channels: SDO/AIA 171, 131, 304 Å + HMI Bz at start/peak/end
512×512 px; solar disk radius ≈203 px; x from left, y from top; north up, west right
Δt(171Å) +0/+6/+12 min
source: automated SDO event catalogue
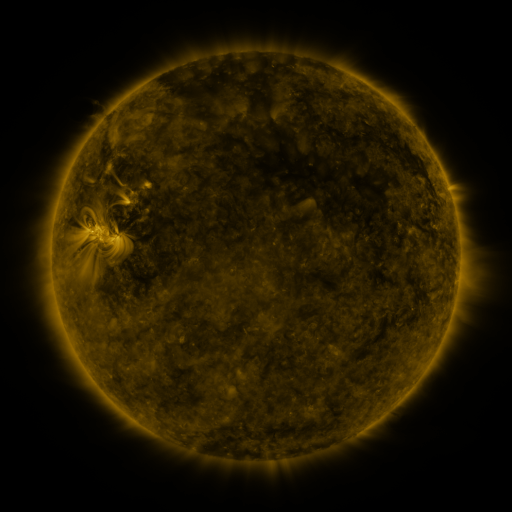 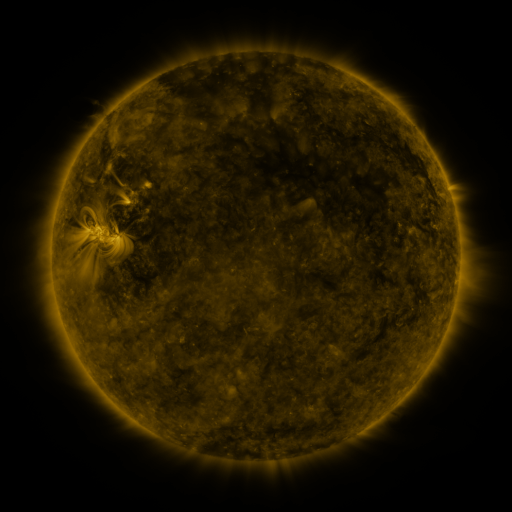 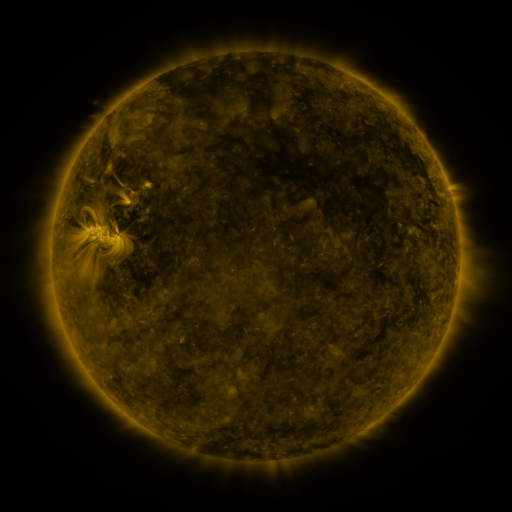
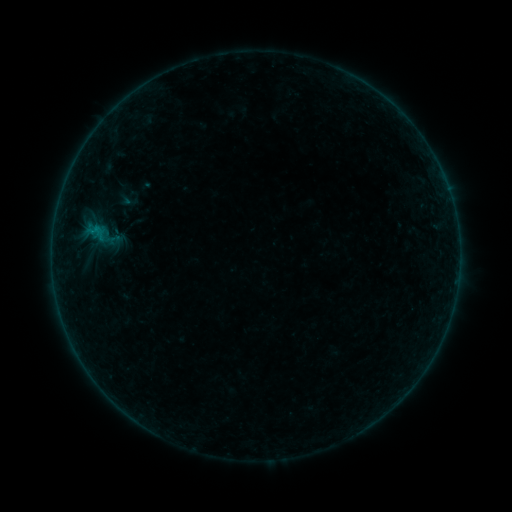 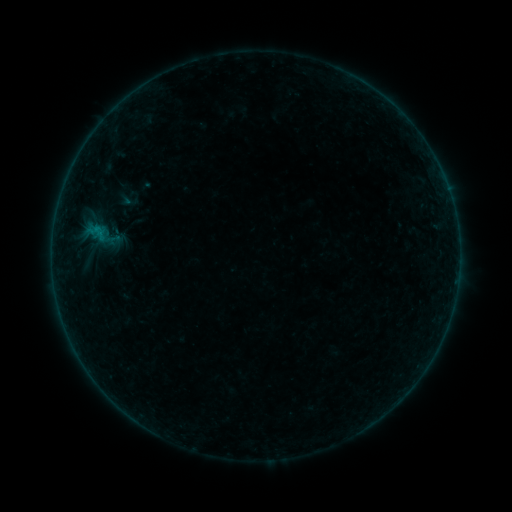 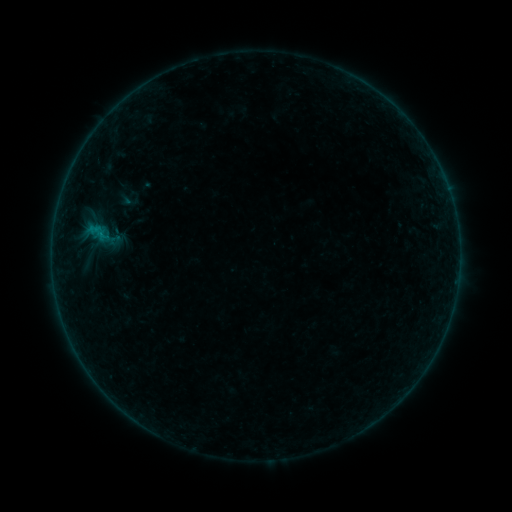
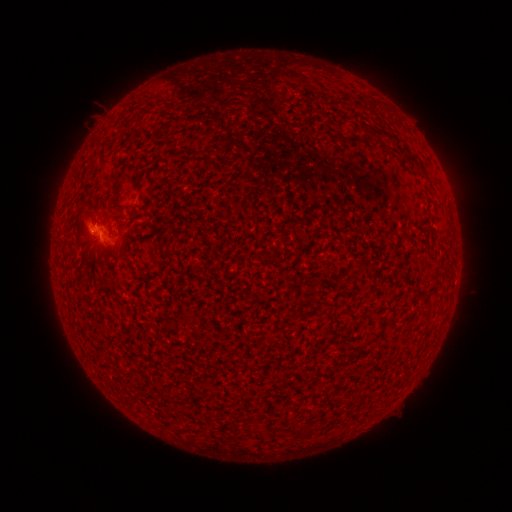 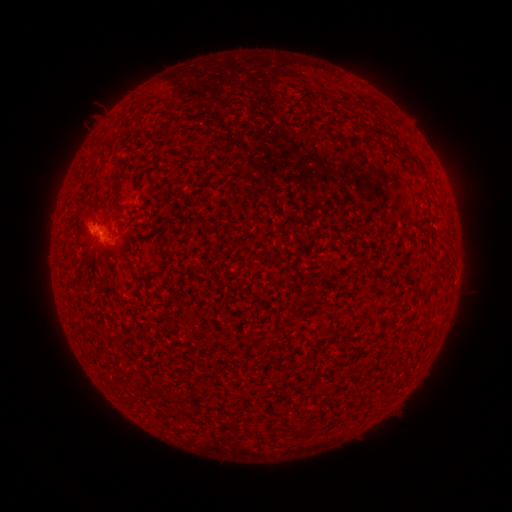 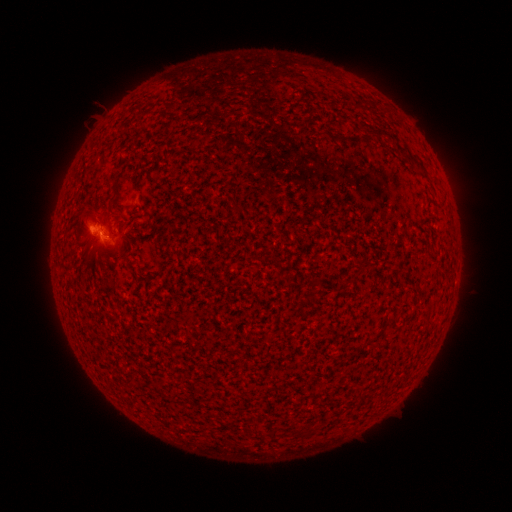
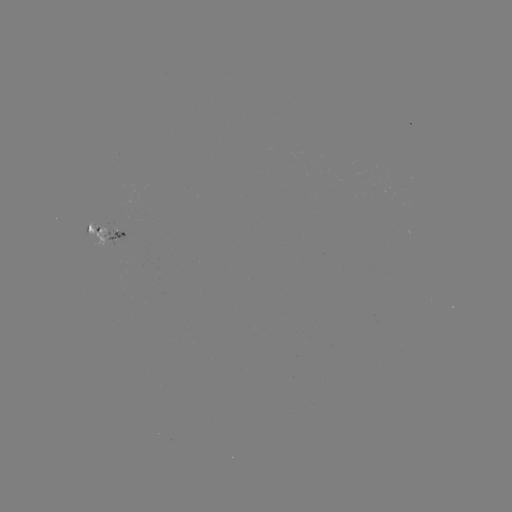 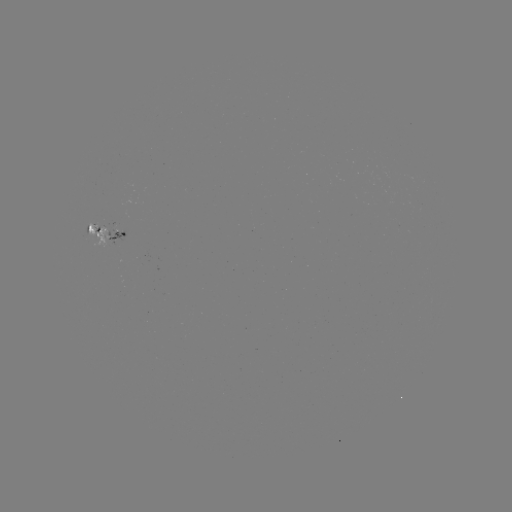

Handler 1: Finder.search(B1.9 flare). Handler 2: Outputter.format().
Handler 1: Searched B1.9 flare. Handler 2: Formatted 102,235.